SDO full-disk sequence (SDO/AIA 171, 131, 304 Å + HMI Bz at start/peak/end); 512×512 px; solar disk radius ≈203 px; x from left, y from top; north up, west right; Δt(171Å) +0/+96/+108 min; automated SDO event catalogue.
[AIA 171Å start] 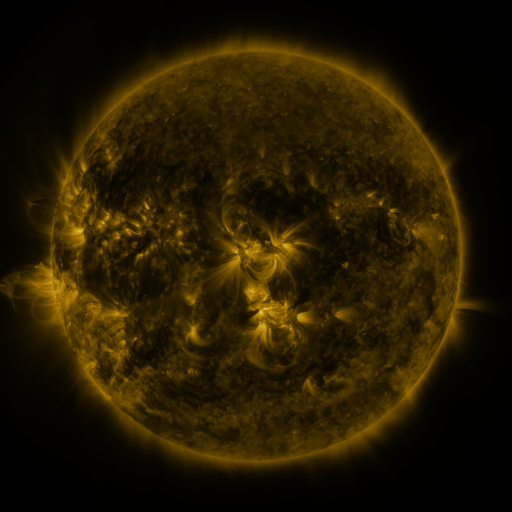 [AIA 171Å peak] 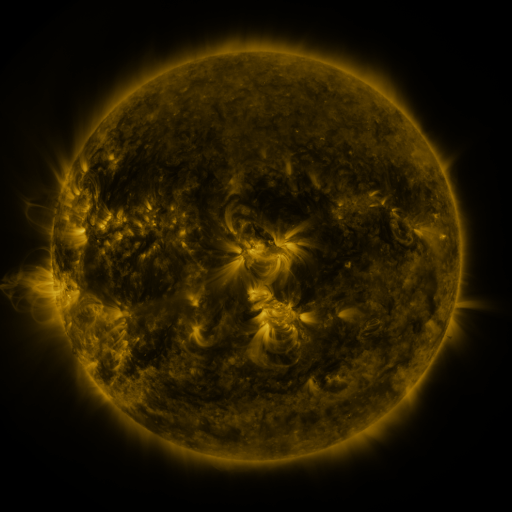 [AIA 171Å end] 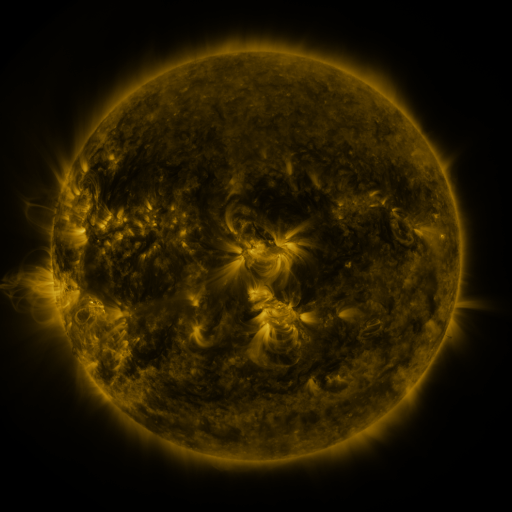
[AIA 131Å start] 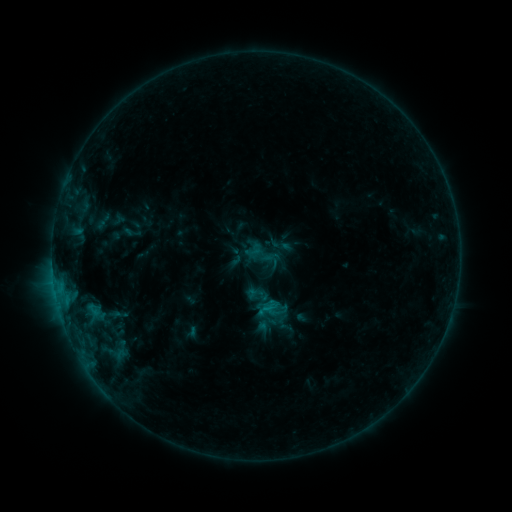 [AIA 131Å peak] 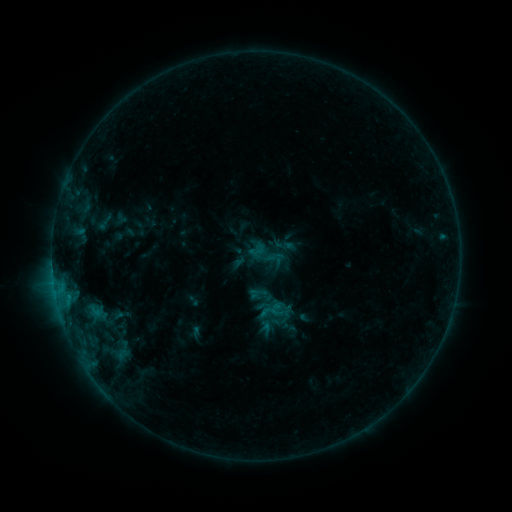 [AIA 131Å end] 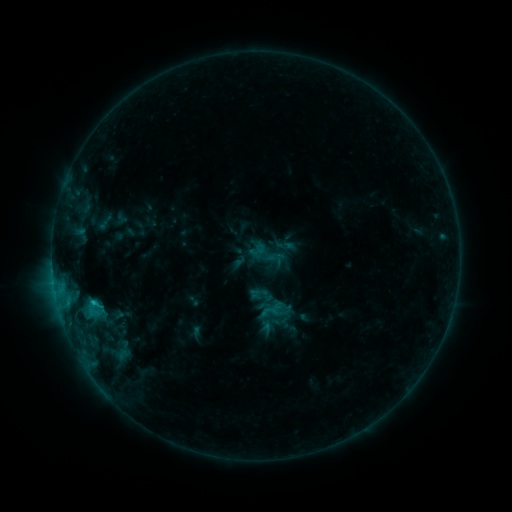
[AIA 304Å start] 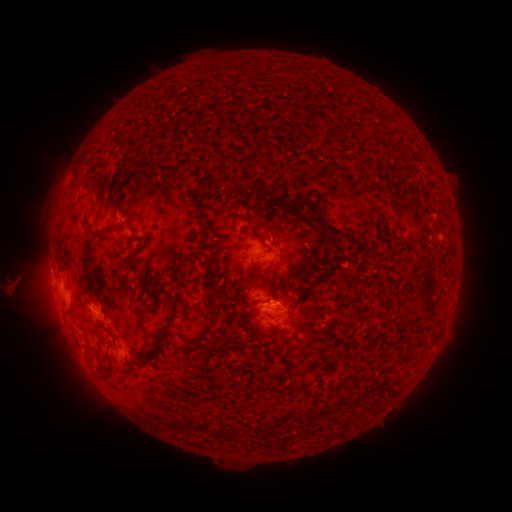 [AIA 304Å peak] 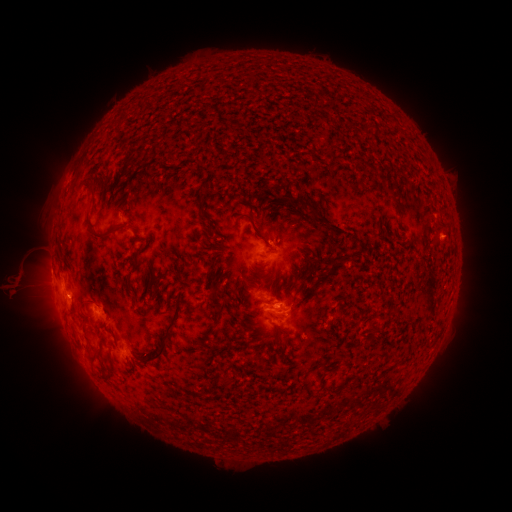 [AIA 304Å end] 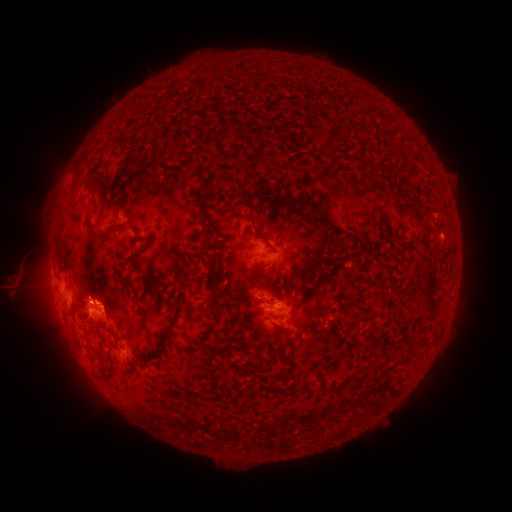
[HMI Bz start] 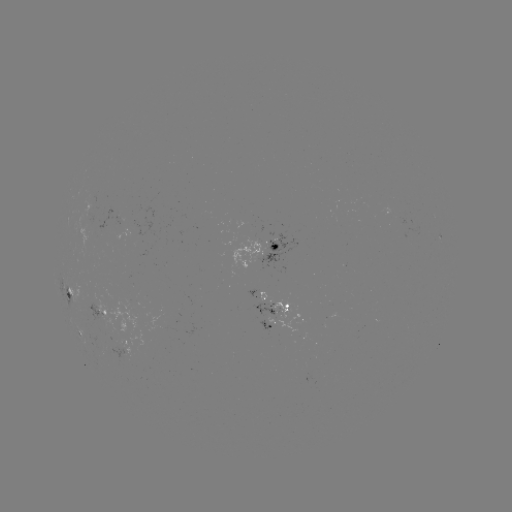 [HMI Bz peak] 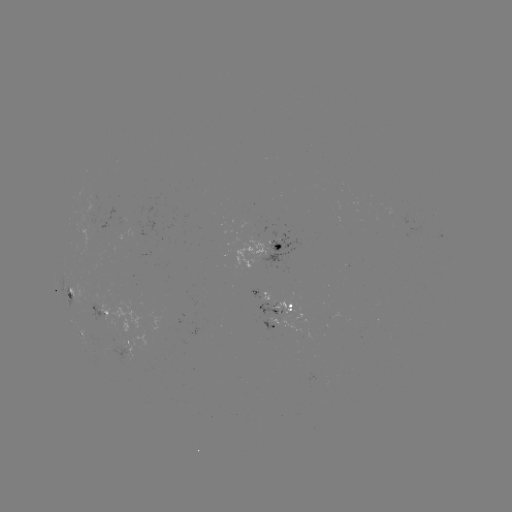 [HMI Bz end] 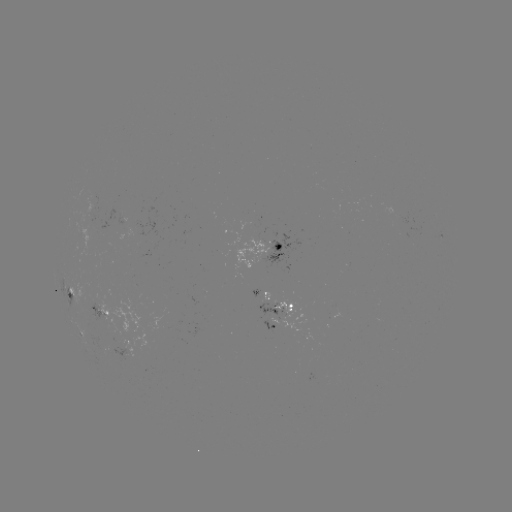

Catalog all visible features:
emerging-flux region: (98, 315)
